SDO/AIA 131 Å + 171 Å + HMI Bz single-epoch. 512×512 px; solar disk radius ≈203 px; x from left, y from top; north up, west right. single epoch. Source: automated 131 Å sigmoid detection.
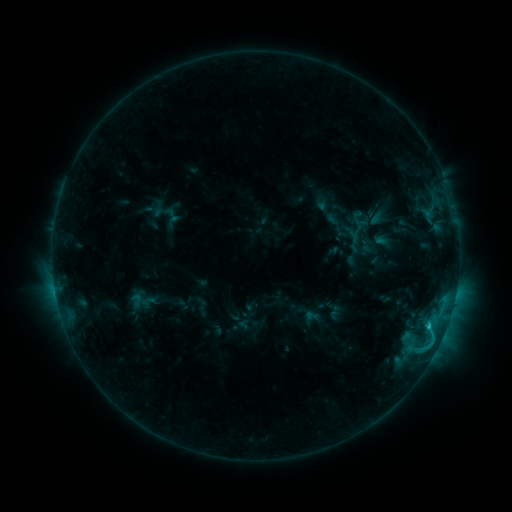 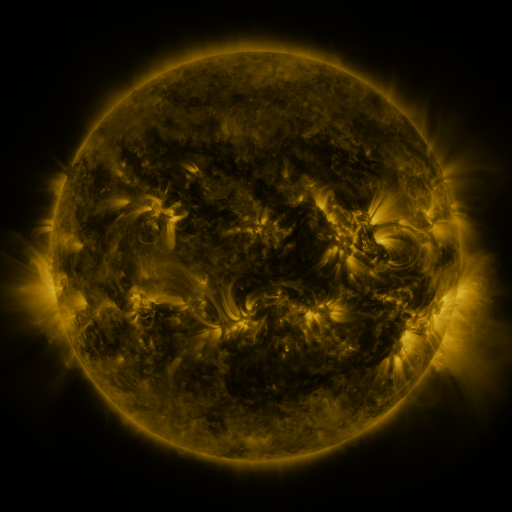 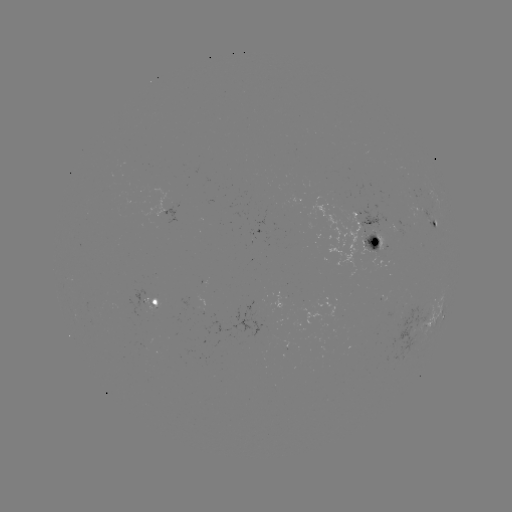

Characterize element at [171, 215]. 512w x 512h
sigmoid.